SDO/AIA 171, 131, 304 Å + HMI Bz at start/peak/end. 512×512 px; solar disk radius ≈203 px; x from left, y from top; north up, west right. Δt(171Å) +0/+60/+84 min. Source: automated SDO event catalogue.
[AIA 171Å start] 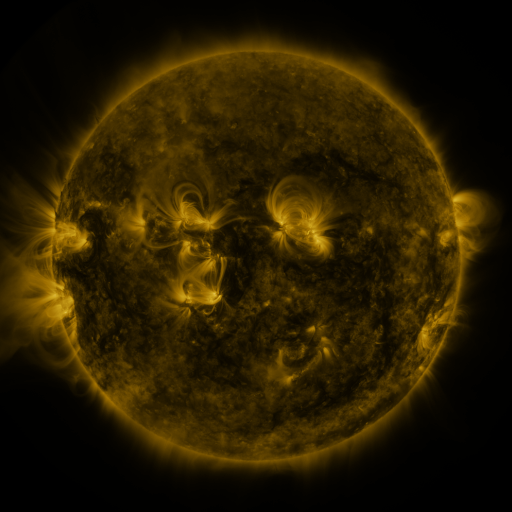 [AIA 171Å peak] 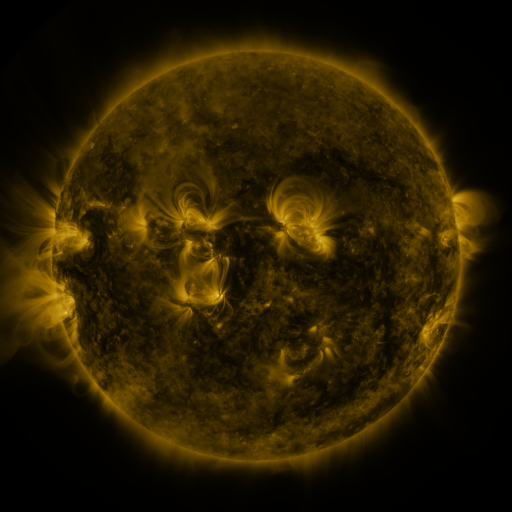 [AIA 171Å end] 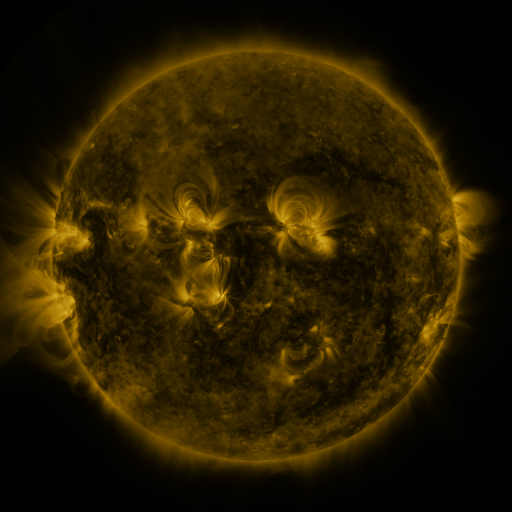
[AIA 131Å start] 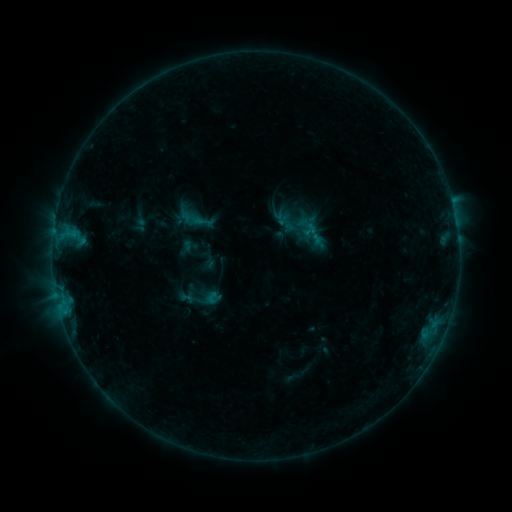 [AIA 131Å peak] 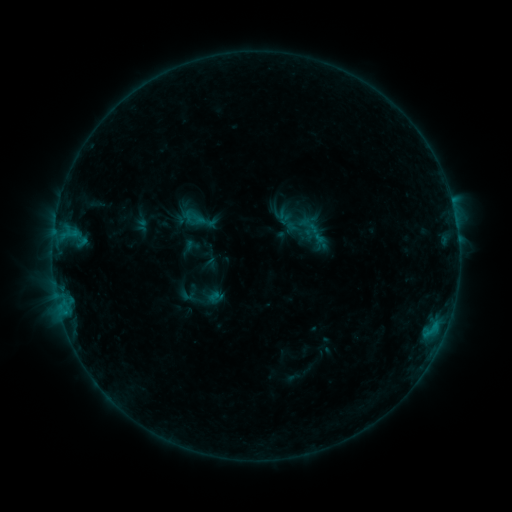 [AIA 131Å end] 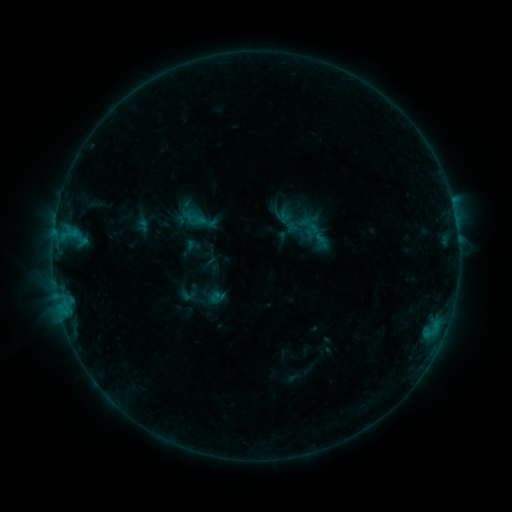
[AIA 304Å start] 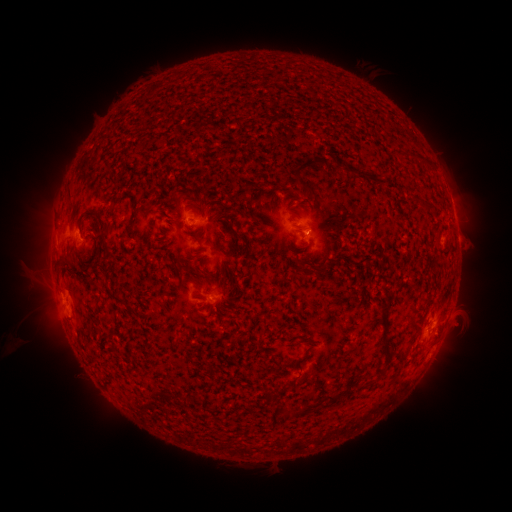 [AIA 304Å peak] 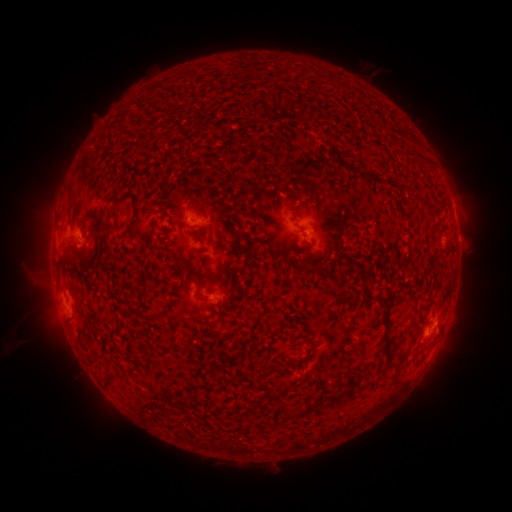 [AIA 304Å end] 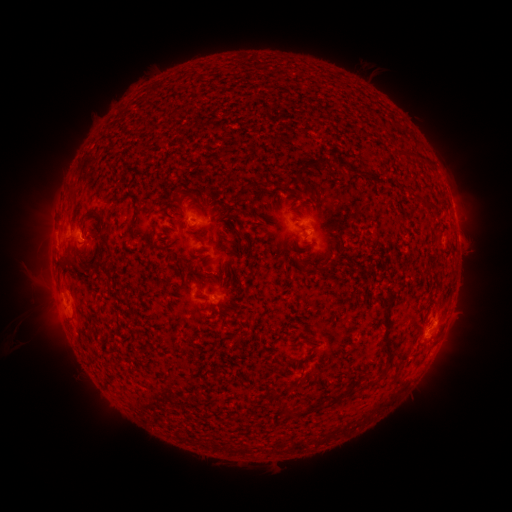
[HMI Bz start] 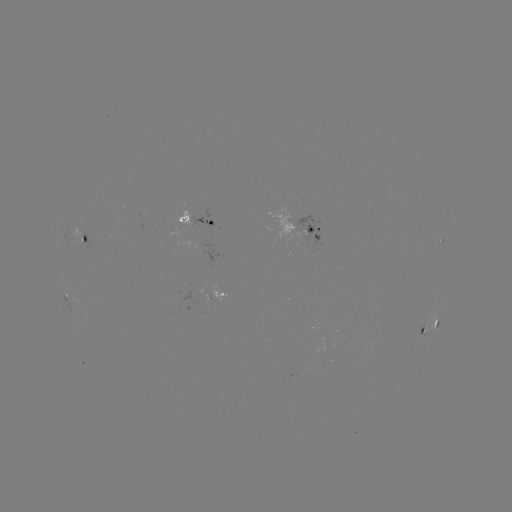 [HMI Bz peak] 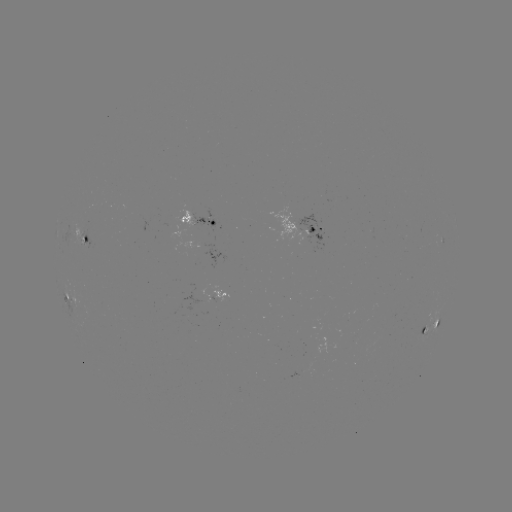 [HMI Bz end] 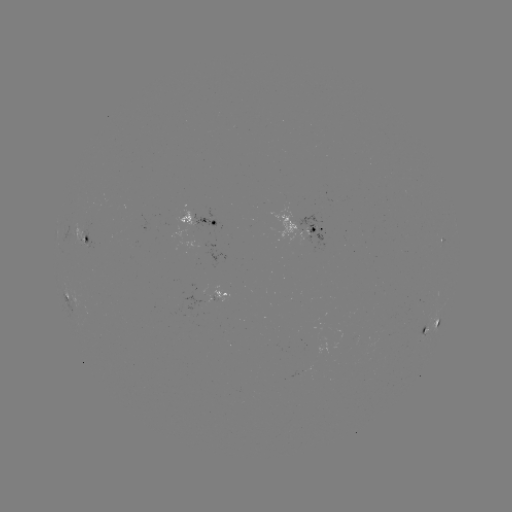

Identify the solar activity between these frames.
emerging-flux region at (206, 288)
